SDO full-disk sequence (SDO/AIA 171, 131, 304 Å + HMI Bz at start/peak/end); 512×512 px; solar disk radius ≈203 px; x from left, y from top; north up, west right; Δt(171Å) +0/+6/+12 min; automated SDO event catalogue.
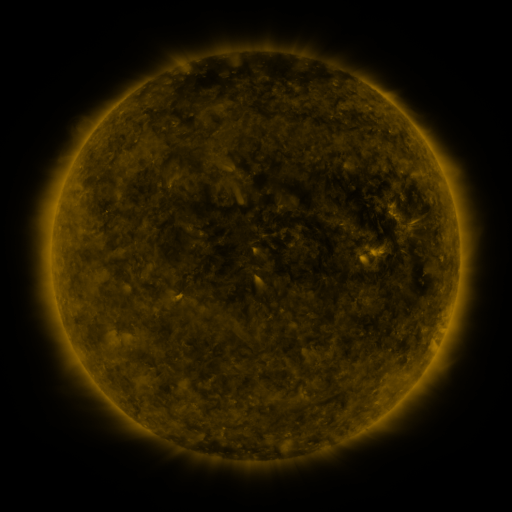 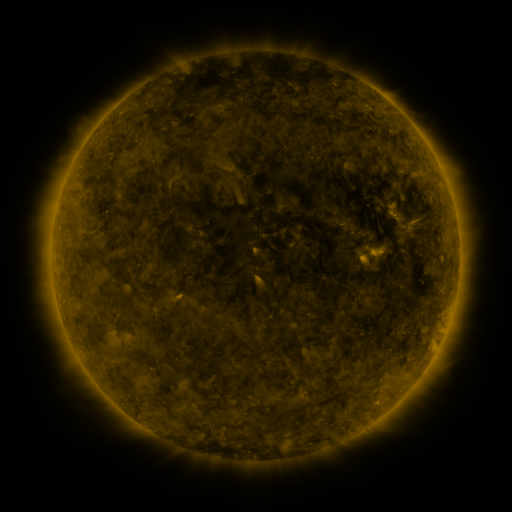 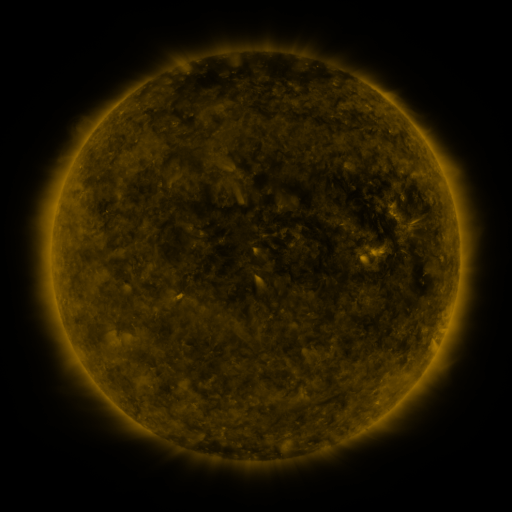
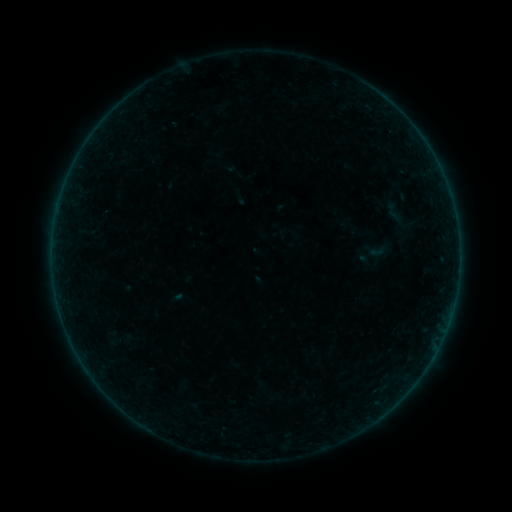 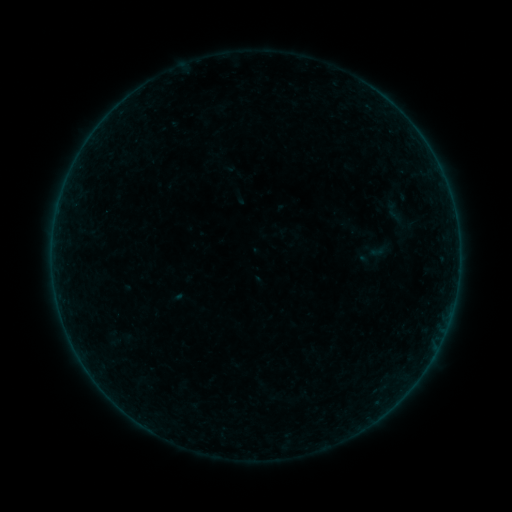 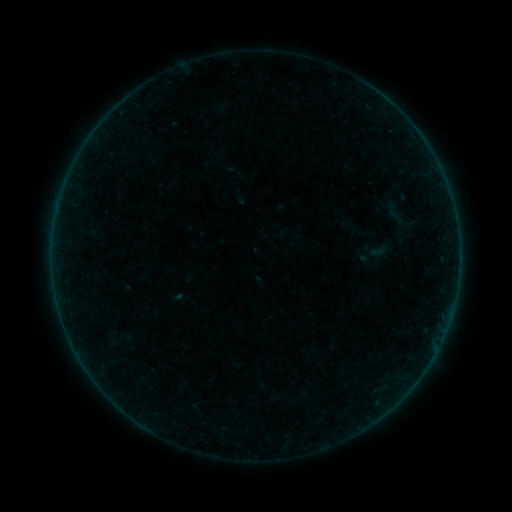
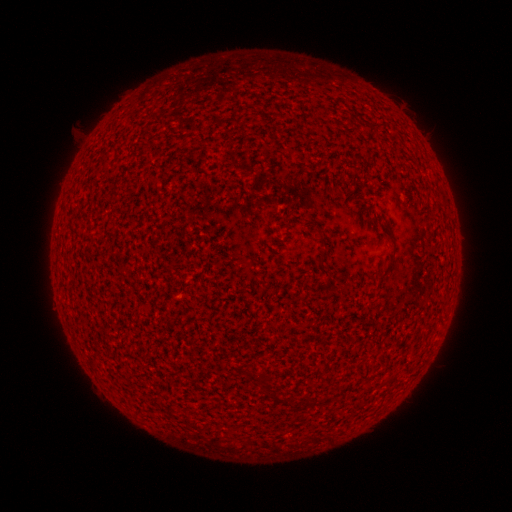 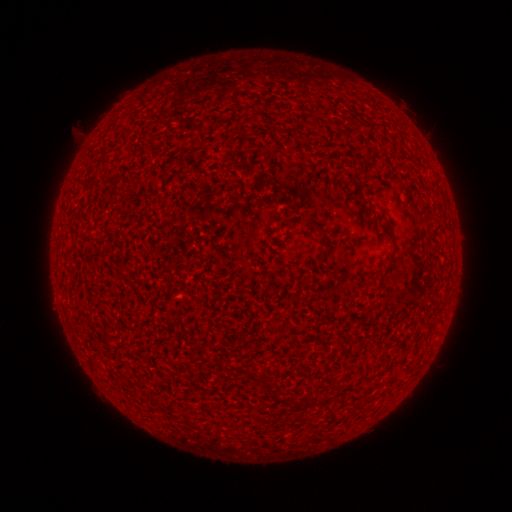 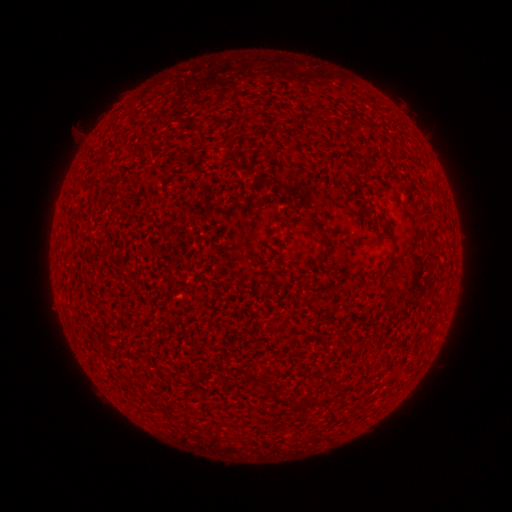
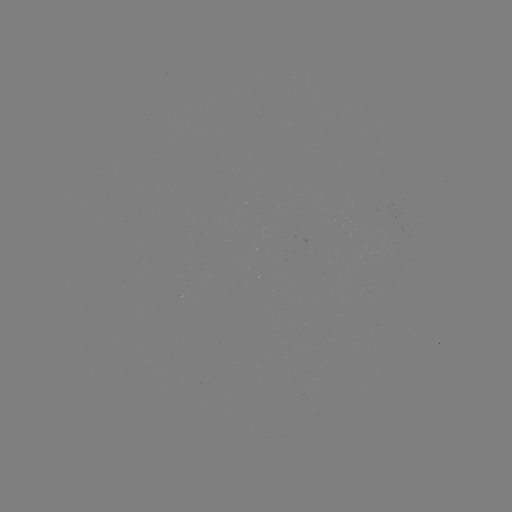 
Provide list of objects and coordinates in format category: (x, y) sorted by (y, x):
A1.1 flare: (404, 200)
